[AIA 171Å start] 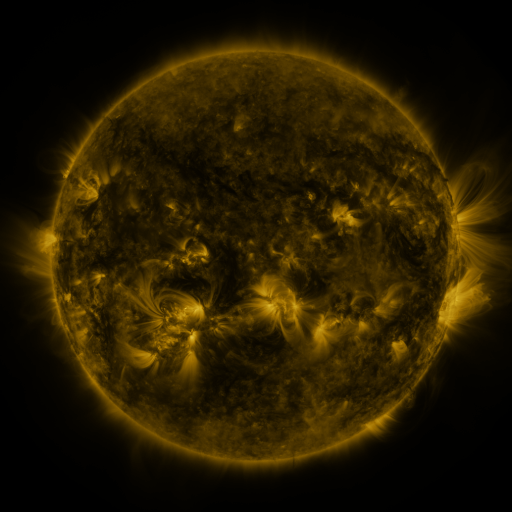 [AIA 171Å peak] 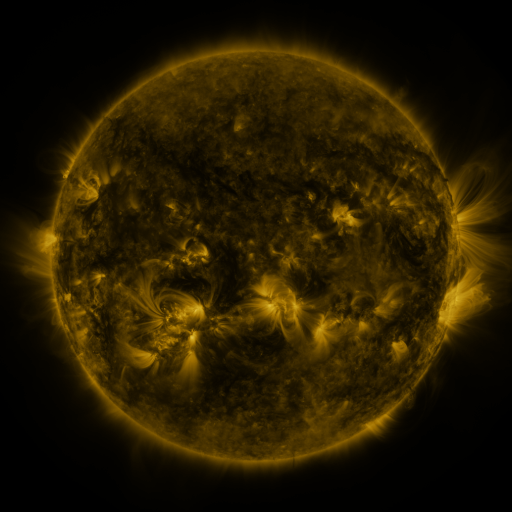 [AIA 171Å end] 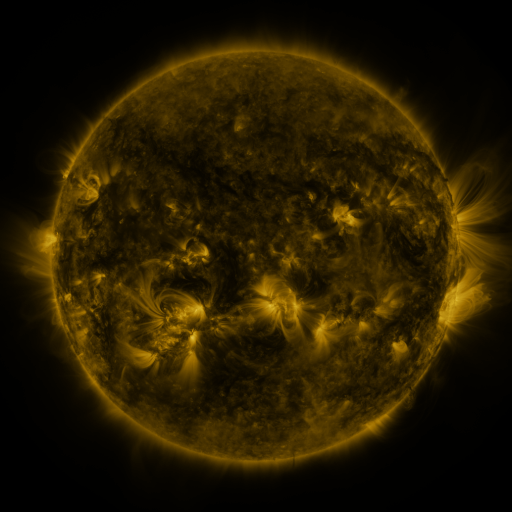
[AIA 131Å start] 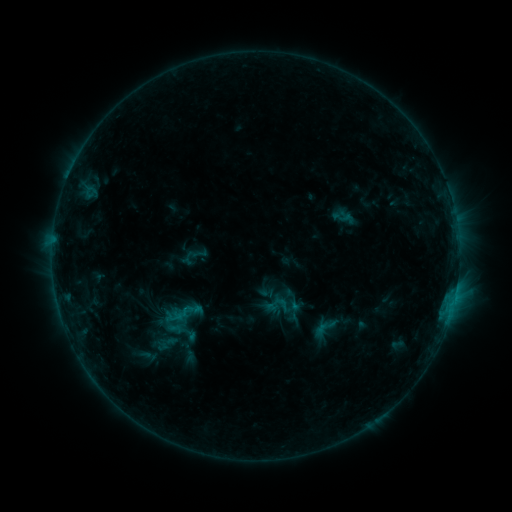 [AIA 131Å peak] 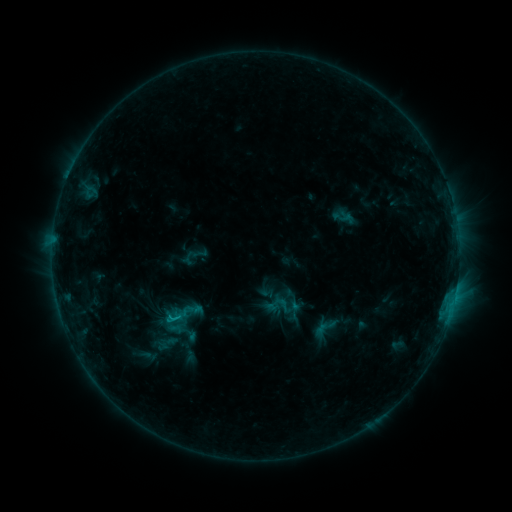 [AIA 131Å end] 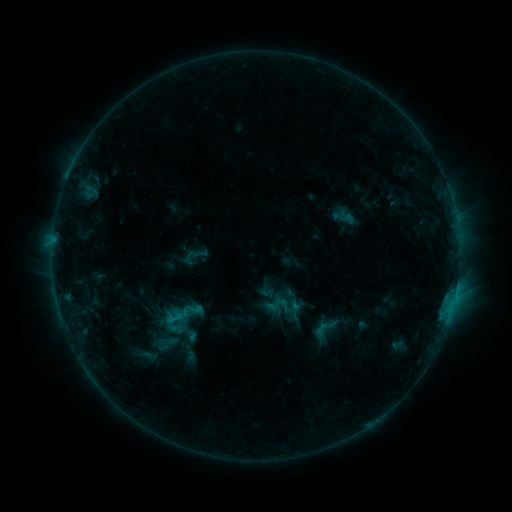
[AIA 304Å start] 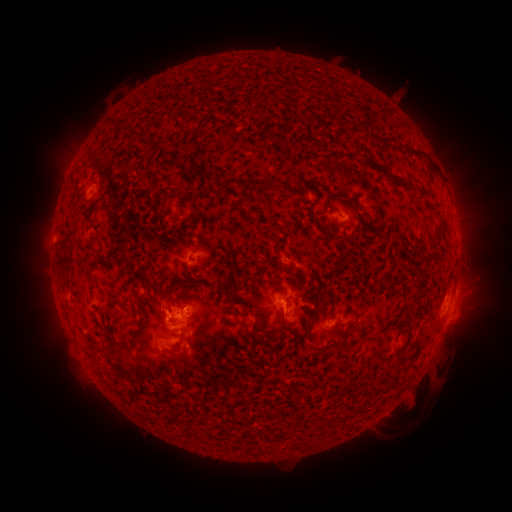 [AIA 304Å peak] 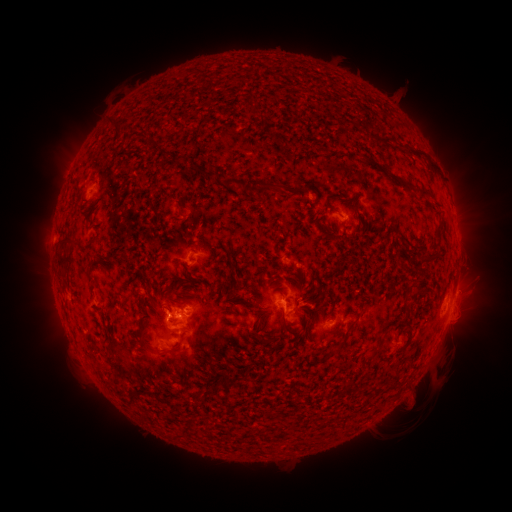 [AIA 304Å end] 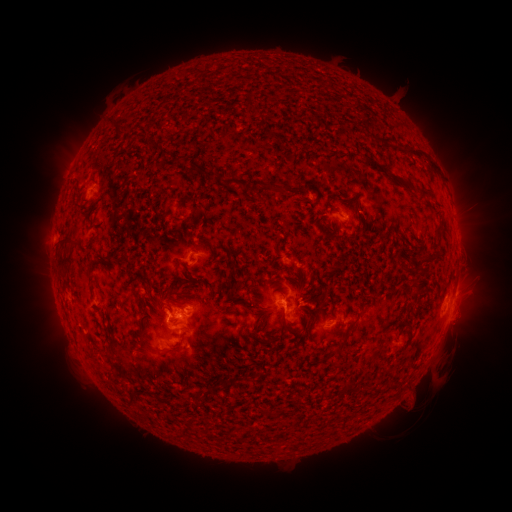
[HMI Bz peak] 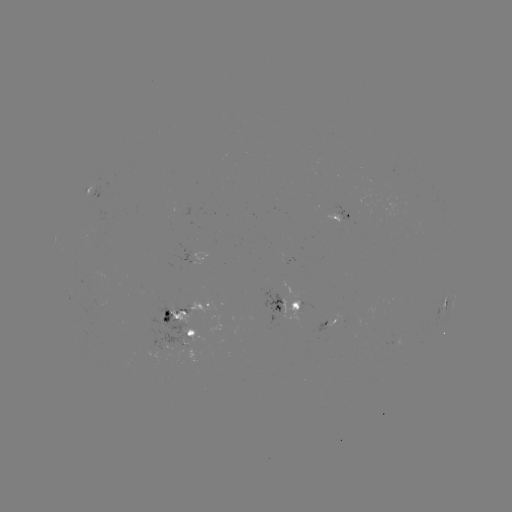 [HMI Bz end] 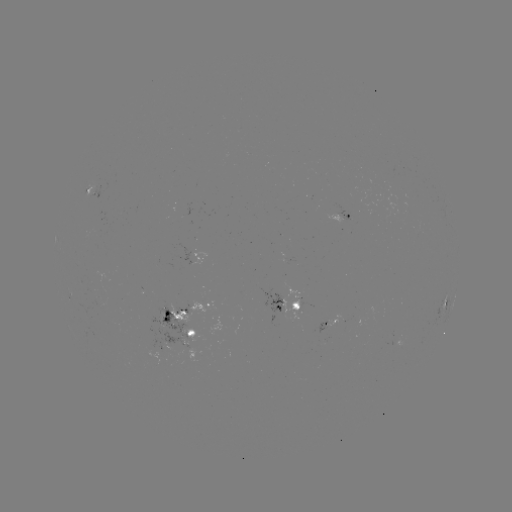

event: flare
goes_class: C1.0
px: (172, 319)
